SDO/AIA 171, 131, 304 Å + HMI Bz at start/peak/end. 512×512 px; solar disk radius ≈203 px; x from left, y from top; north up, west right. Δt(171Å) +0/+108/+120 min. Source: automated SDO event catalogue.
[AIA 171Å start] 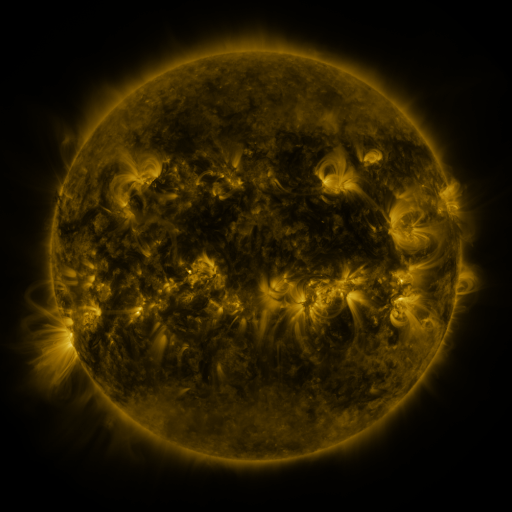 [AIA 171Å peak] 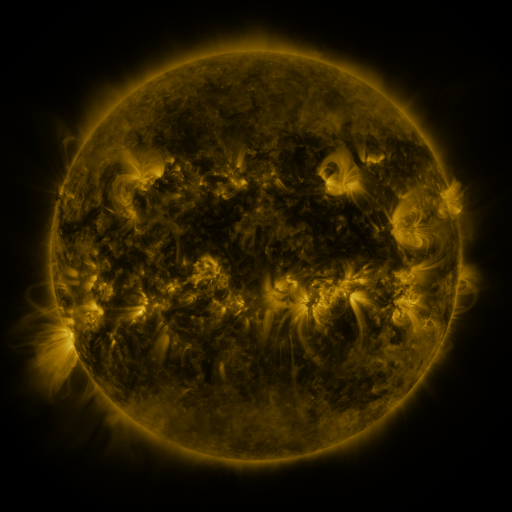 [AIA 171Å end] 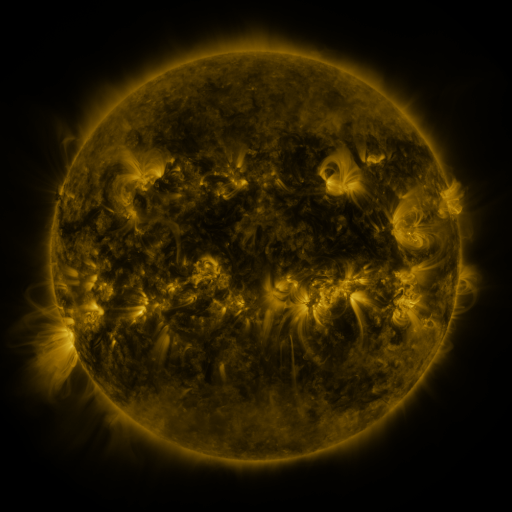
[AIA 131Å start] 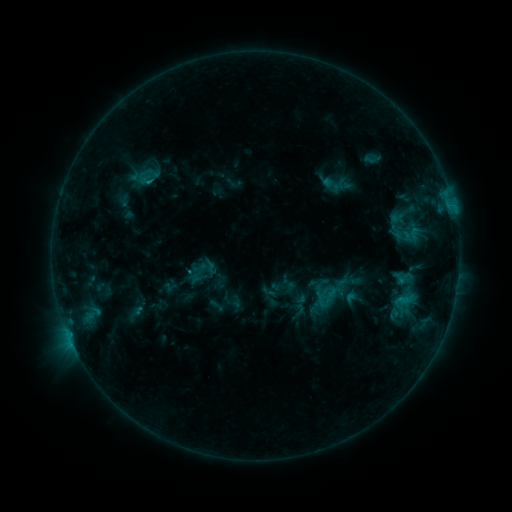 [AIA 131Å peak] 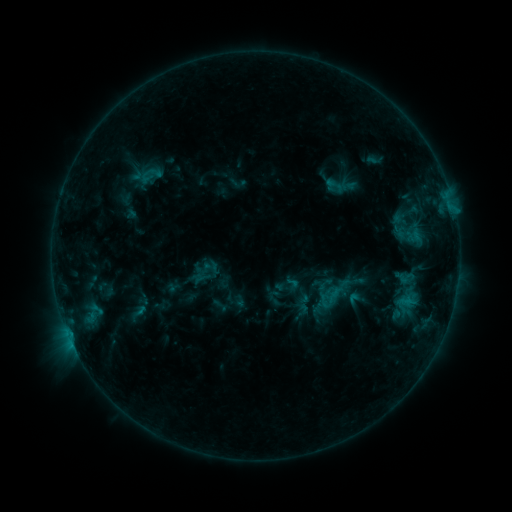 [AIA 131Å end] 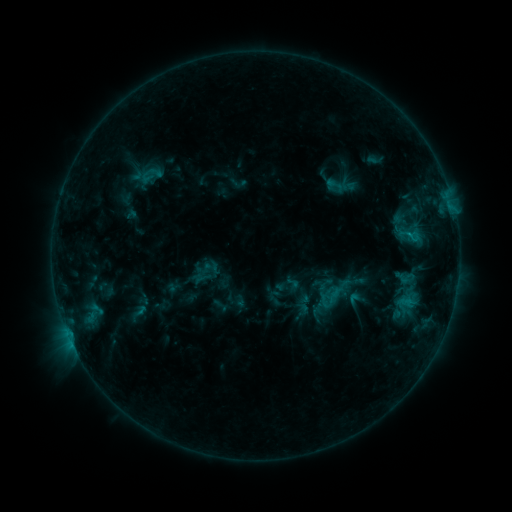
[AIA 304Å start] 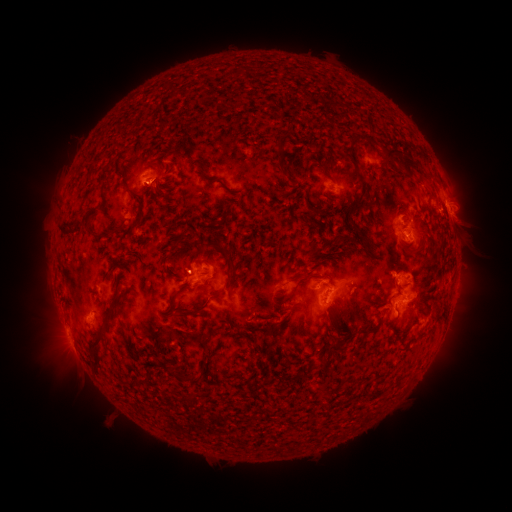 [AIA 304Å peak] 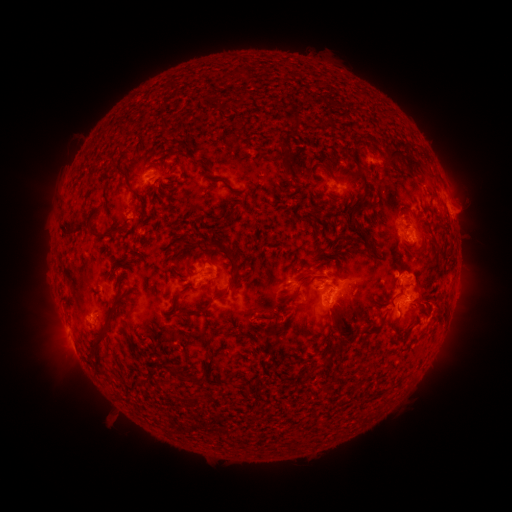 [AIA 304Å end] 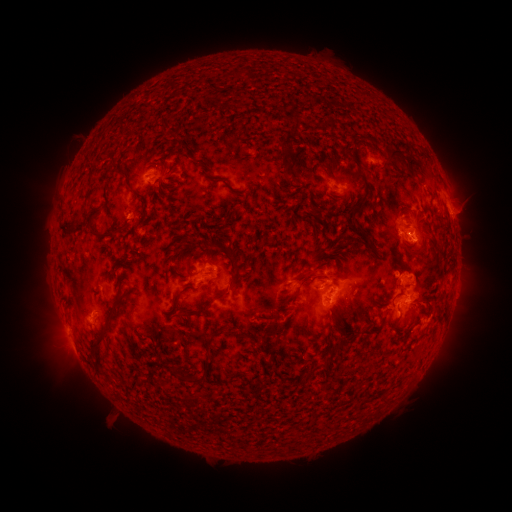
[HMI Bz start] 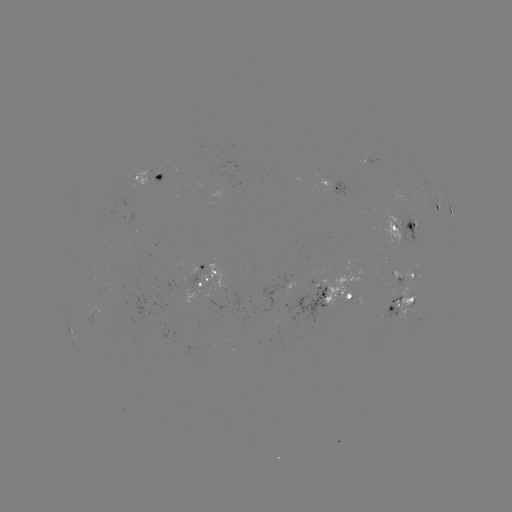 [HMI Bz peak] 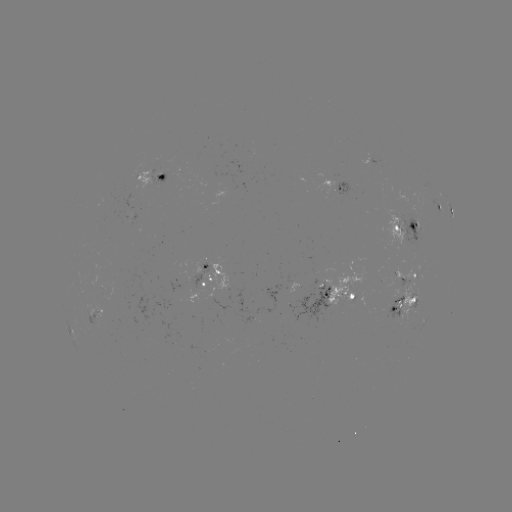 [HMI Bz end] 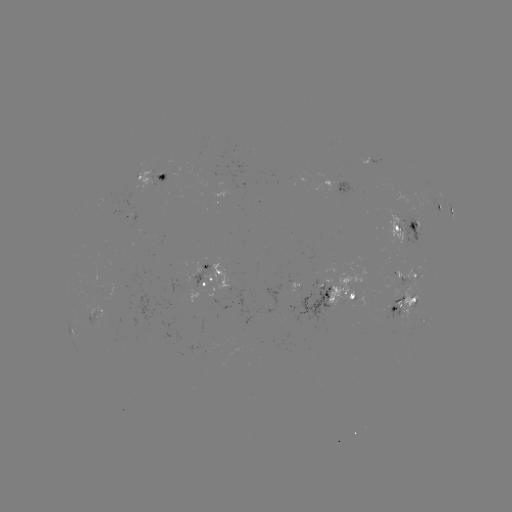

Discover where emerging-flux region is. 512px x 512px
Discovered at (318, 284).